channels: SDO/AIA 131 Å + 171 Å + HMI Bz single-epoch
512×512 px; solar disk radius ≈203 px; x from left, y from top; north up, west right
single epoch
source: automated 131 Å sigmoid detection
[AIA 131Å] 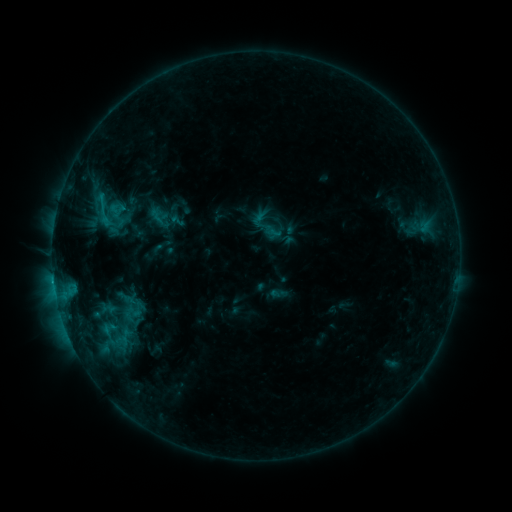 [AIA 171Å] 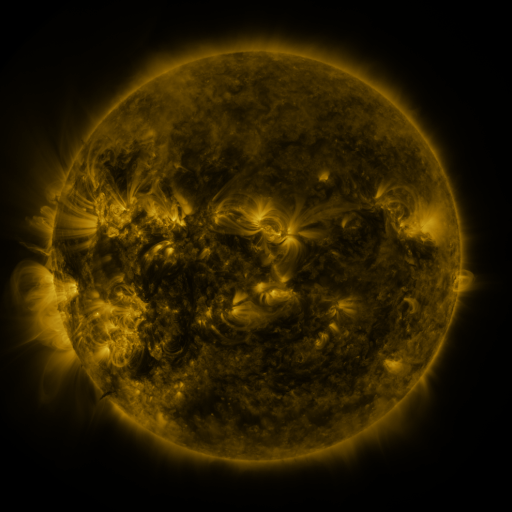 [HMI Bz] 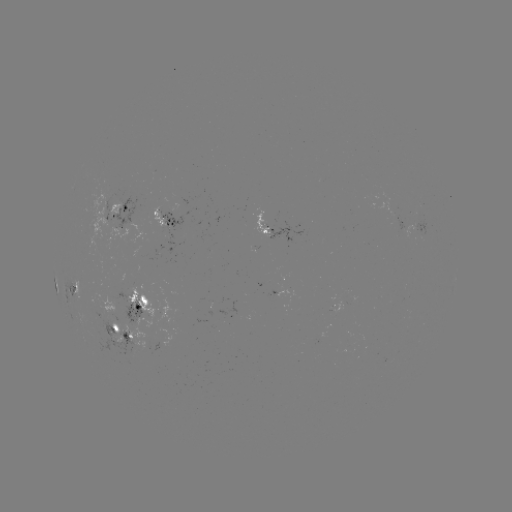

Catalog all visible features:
sigmoid: (77, 179, 130, 237)
sigmoid: (98, 212, 120, 236)
